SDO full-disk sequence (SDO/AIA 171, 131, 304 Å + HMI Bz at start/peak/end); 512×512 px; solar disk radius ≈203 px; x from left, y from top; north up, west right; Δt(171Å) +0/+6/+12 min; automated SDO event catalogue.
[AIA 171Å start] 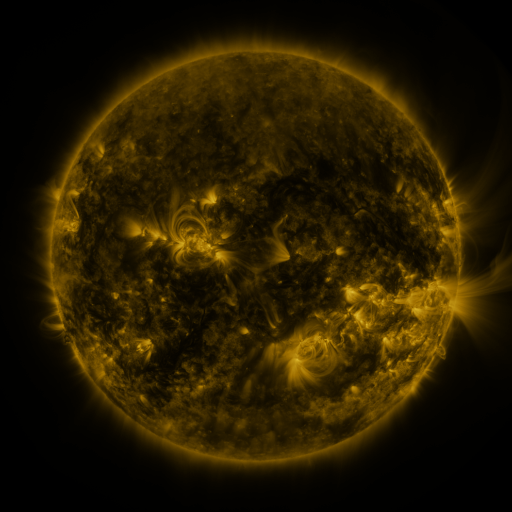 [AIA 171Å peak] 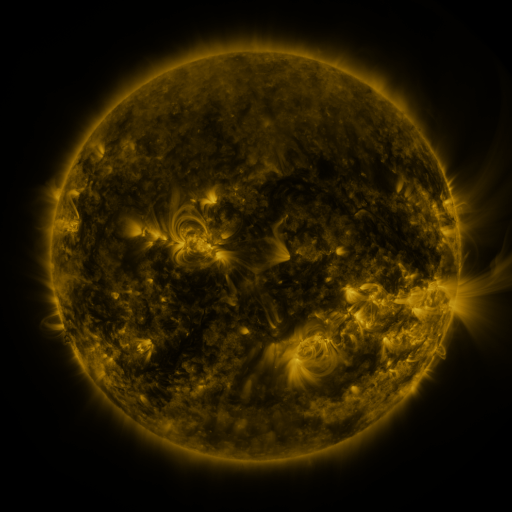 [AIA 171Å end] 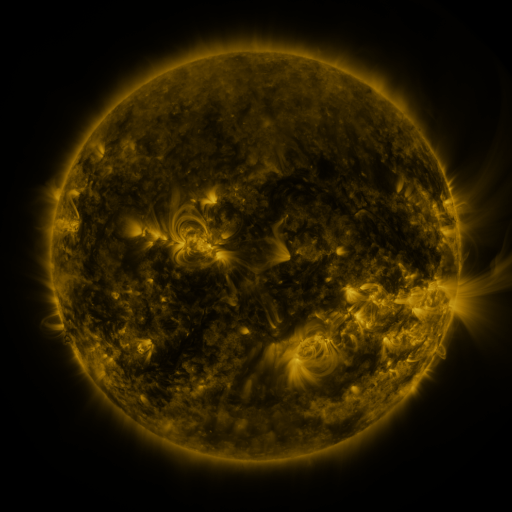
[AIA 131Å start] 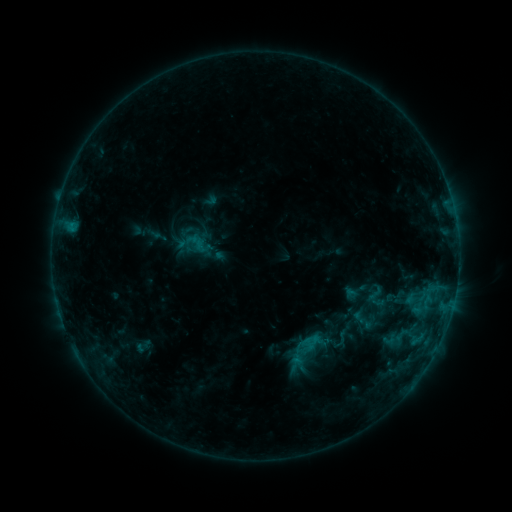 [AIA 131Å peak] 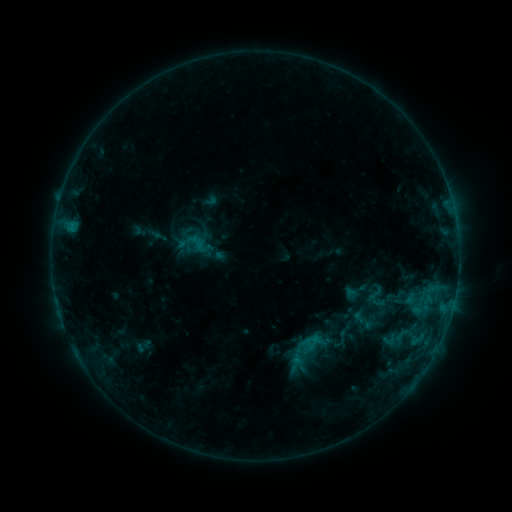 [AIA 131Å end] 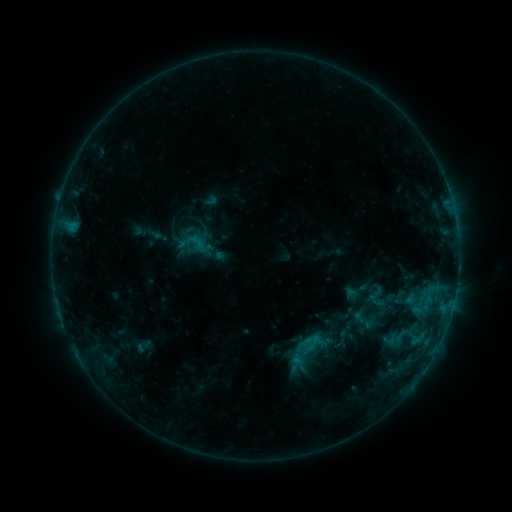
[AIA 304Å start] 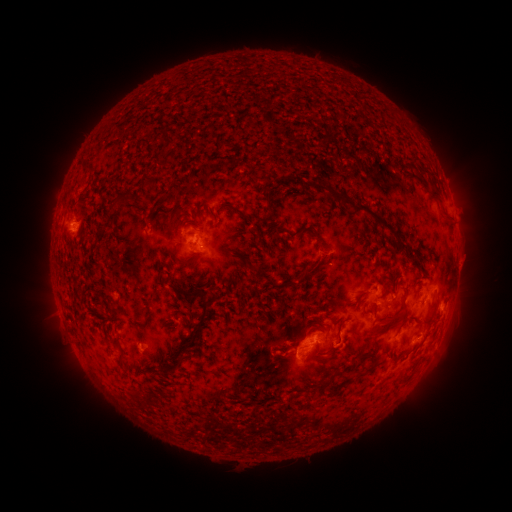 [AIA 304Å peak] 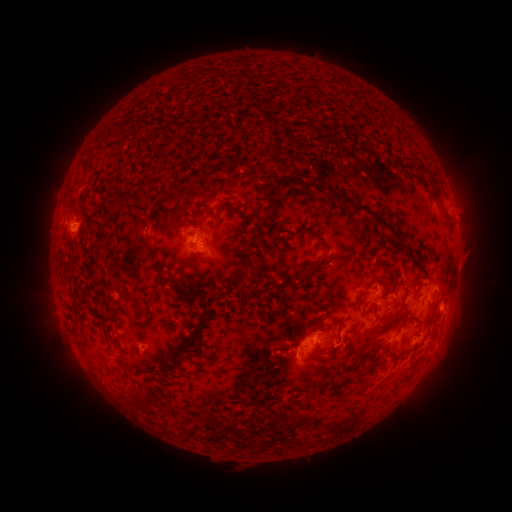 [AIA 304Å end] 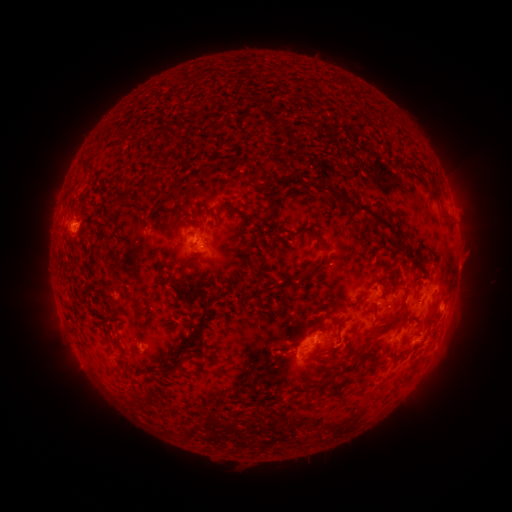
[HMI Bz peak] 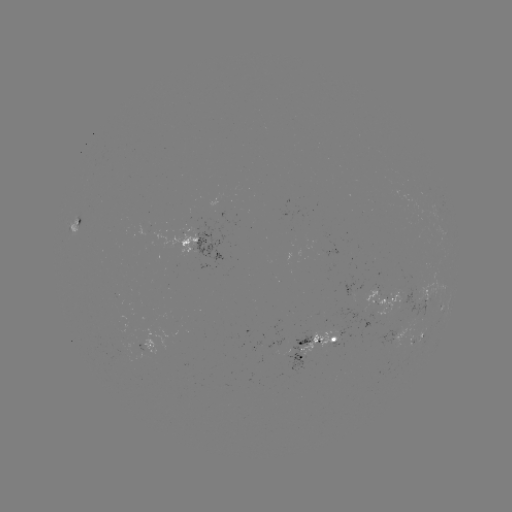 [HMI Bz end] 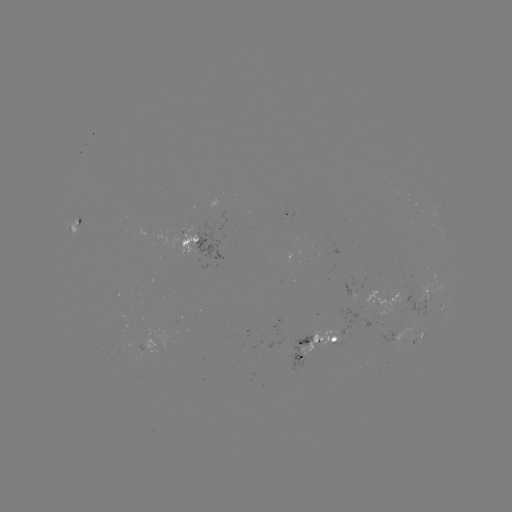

no classed flare was catalogued and no EUV brightening was flagged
